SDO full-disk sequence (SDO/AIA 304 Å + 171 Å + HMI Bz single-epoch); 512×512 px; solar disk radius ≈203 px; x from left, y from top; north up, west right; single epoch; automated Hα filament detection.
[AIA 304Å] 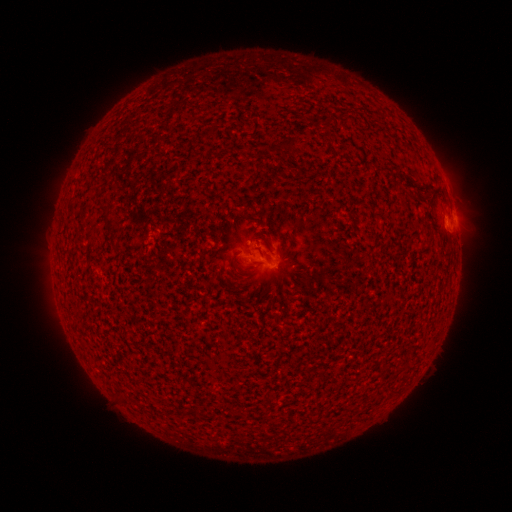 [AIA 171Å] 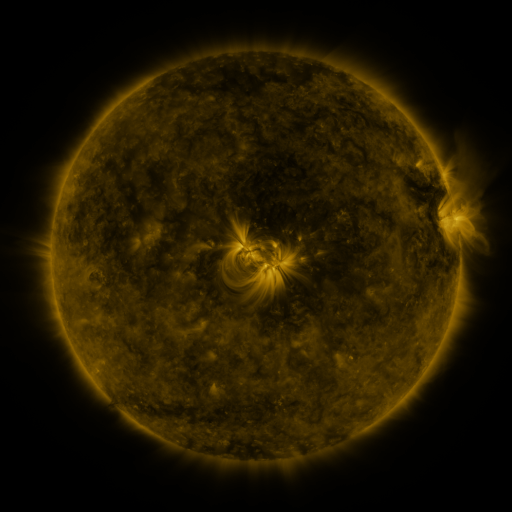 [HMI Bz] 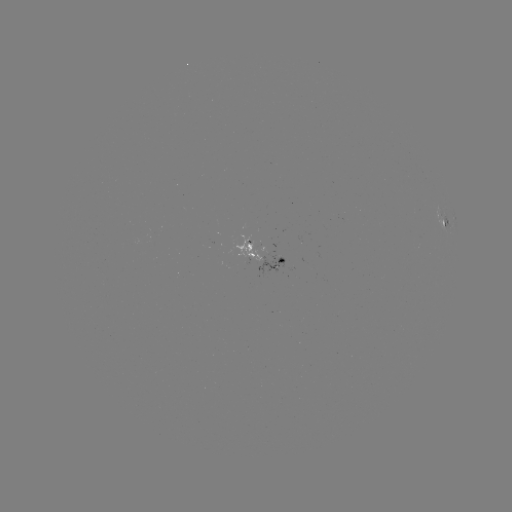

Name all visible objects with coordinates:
filament: (288, 144)
filament: (103, 209)
filament: (108, 223)
filament: (429, 241)
filament: (255, 264)
